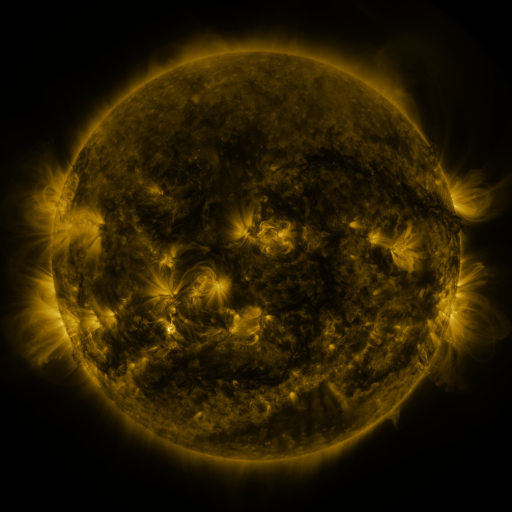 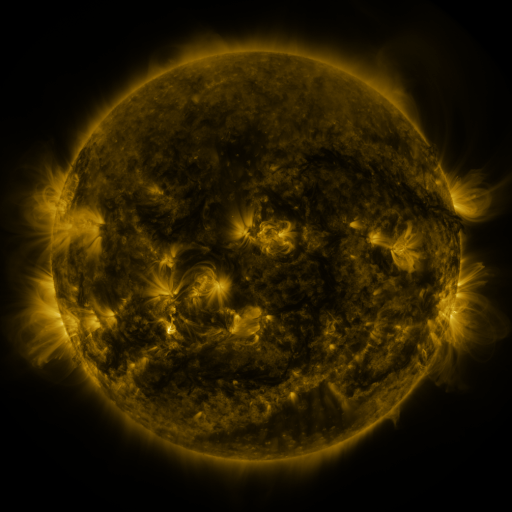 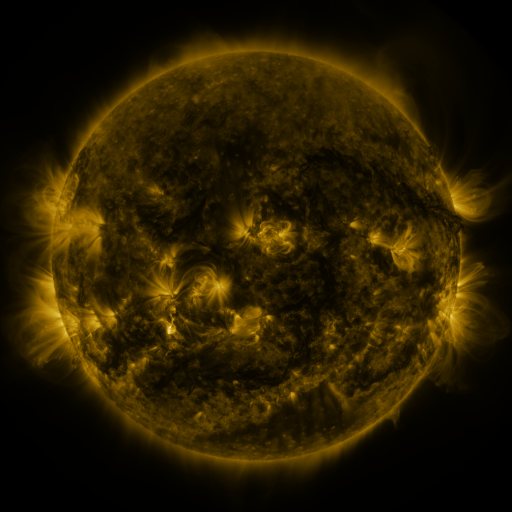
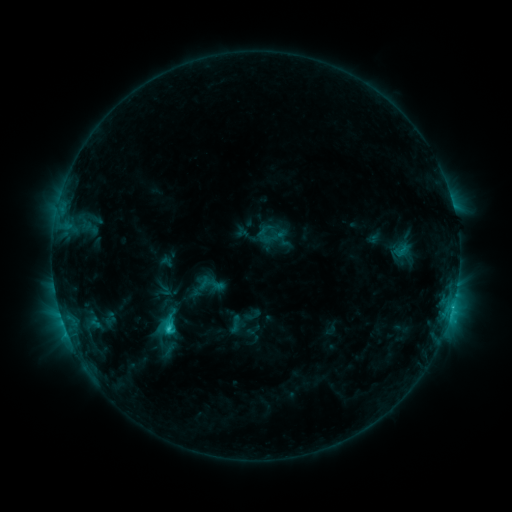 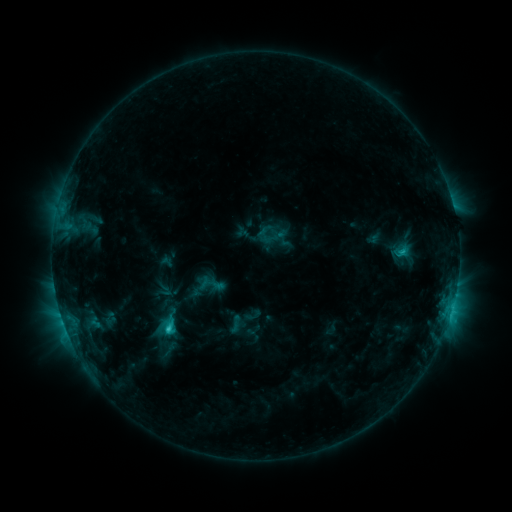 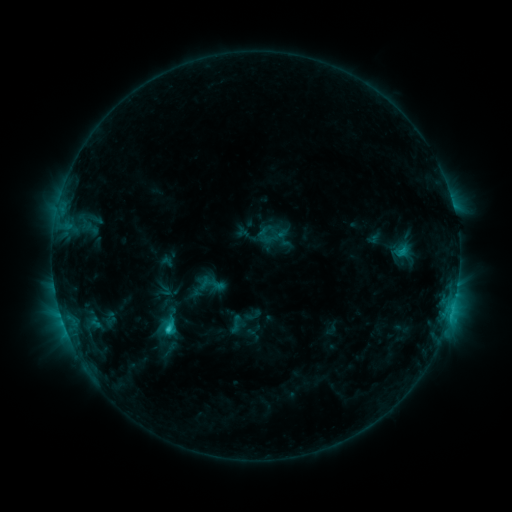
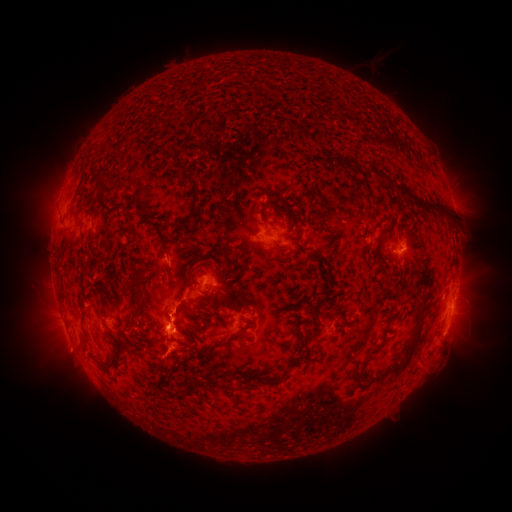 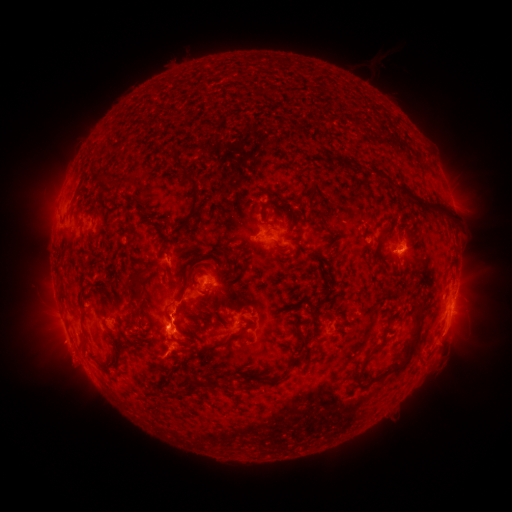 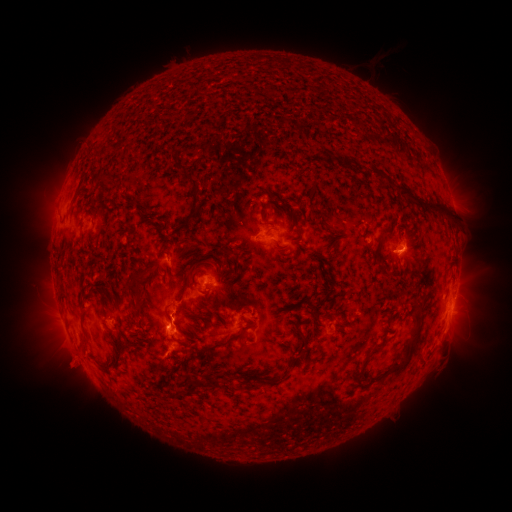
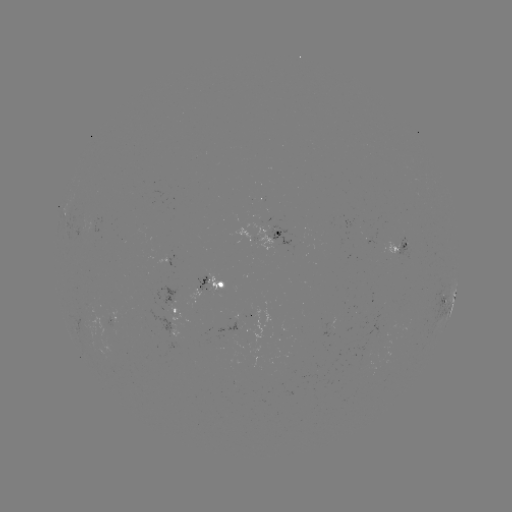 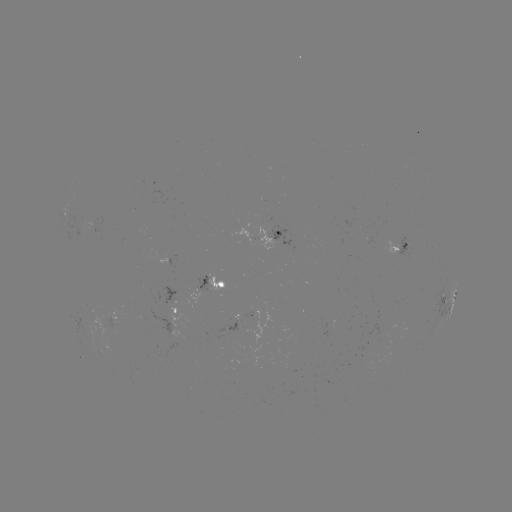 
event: eruption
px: (67, 356)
